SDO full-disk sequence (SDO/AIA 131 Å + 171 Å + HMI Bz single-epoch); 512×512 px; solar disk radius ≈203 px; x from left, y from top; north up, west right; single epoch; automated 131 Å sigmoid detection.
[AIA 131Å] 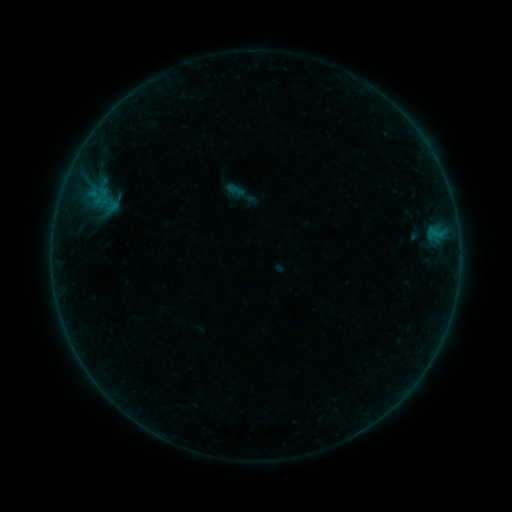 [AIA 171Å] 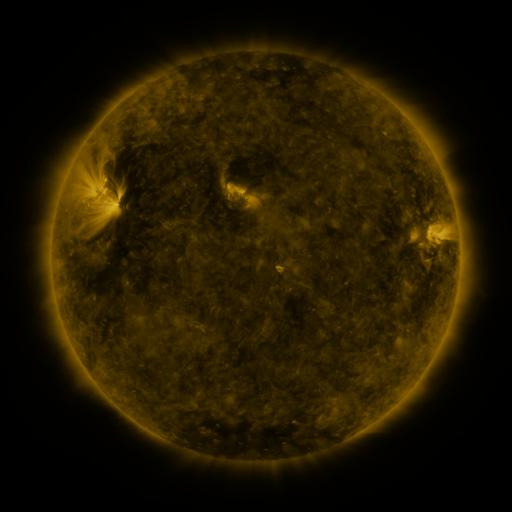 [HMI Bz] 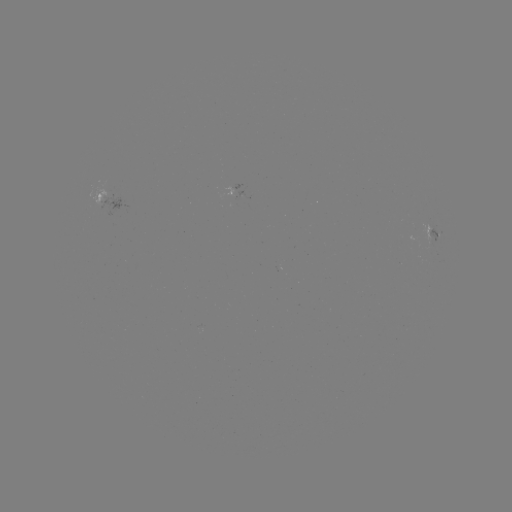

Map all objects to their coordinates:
sigmoid: (235, 190)
